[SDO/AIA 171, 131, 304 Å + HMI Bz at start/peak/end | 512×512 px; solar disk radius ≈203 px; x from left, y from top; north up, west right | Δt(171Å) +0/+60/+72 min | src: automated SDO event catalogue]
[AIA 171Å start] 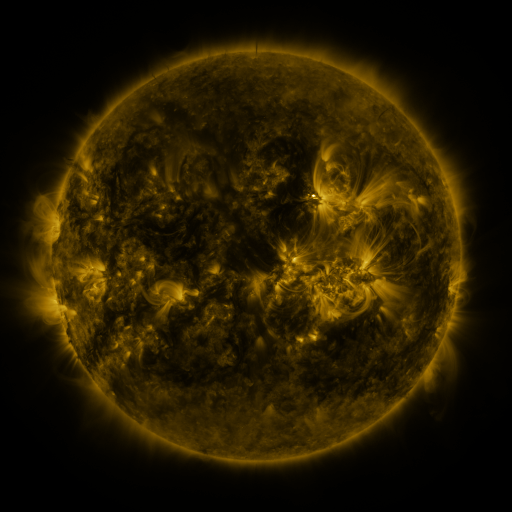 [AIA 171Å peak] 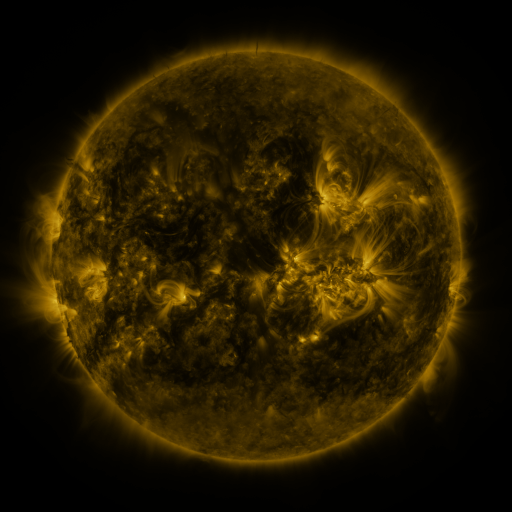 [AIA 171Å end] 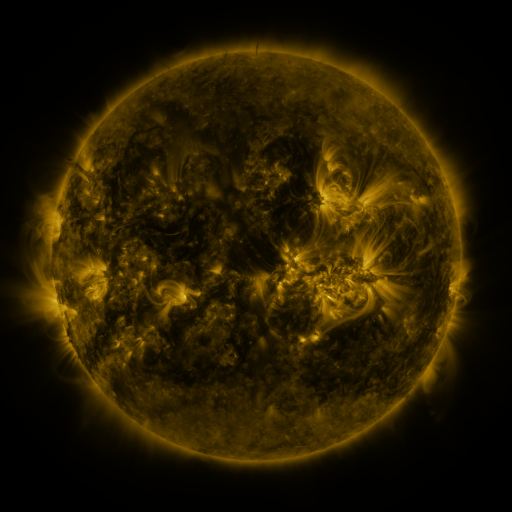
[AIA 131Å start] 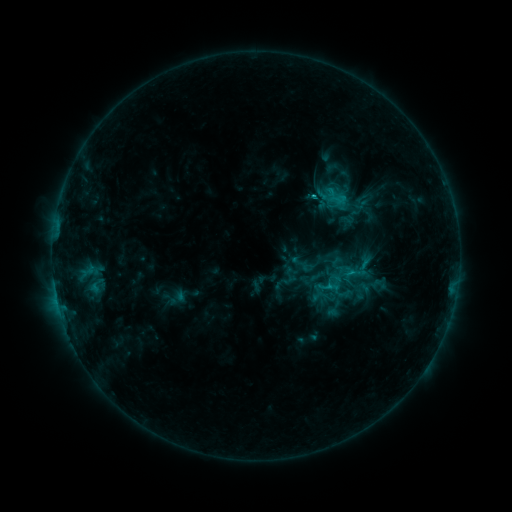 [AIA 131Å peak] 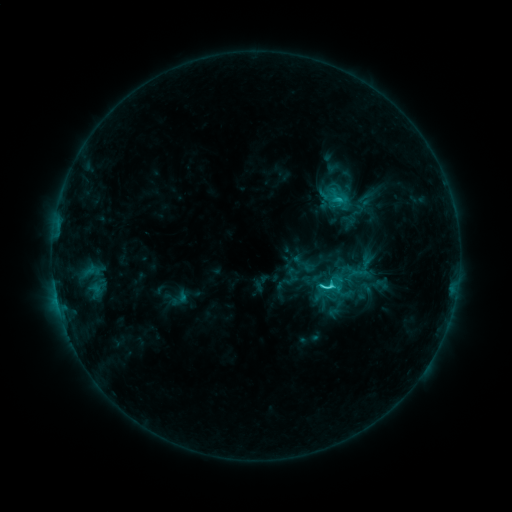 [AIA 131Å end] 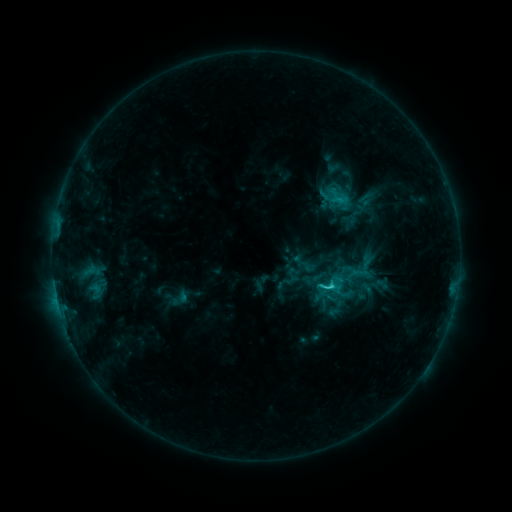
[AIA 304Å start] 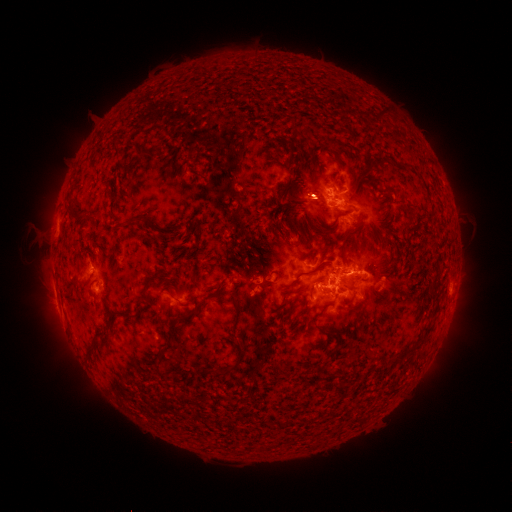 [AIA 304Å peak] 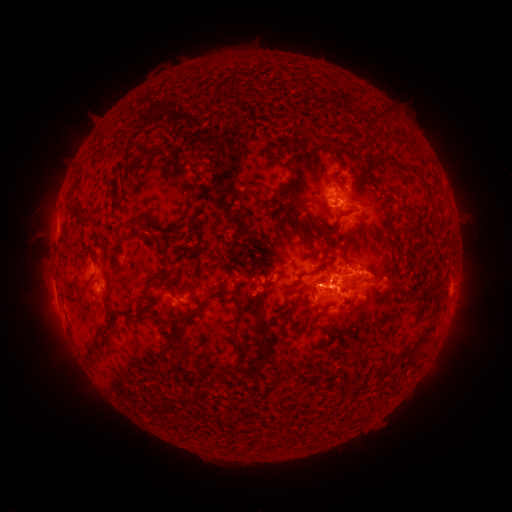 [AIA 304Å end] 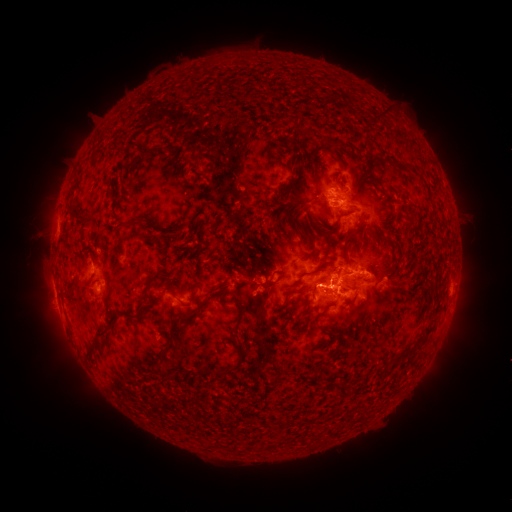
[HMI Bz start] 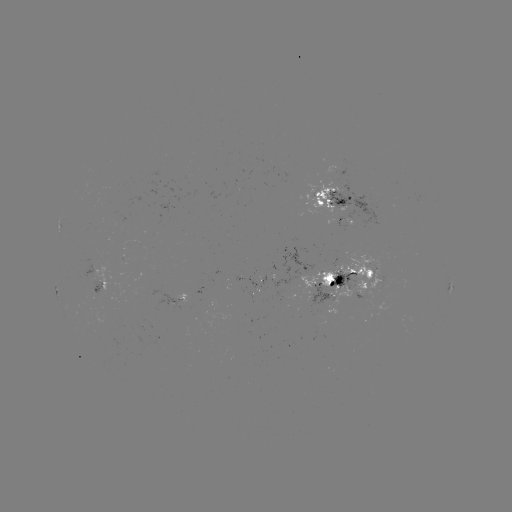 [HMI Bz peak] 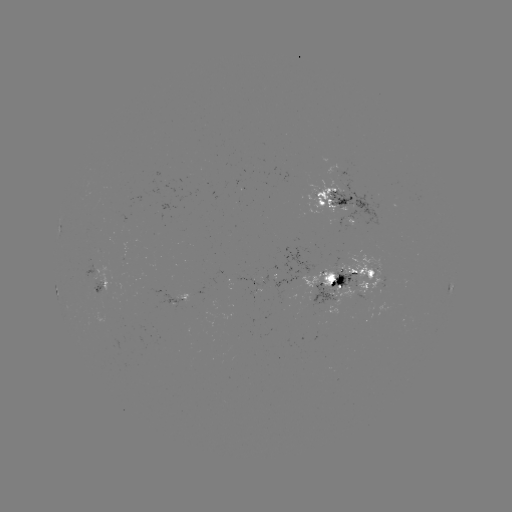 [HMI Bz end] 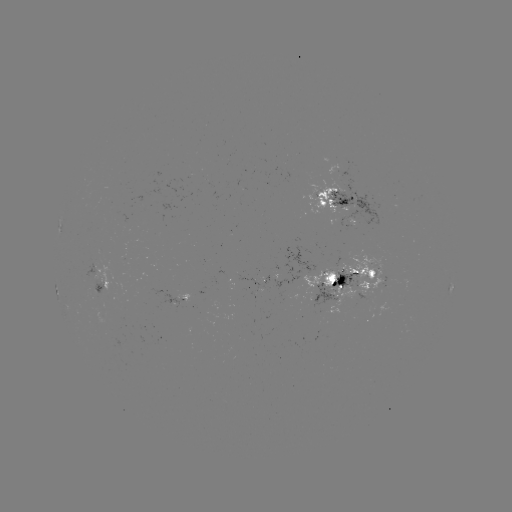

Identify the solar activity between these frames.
emerging-flux region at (100, 291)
